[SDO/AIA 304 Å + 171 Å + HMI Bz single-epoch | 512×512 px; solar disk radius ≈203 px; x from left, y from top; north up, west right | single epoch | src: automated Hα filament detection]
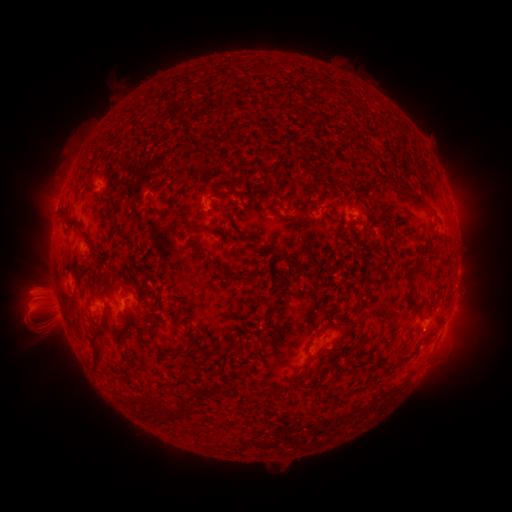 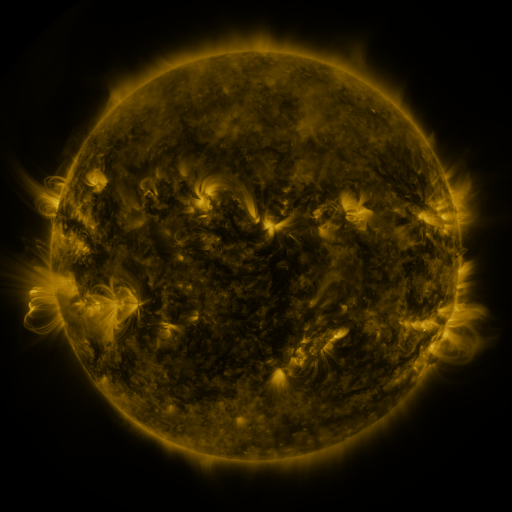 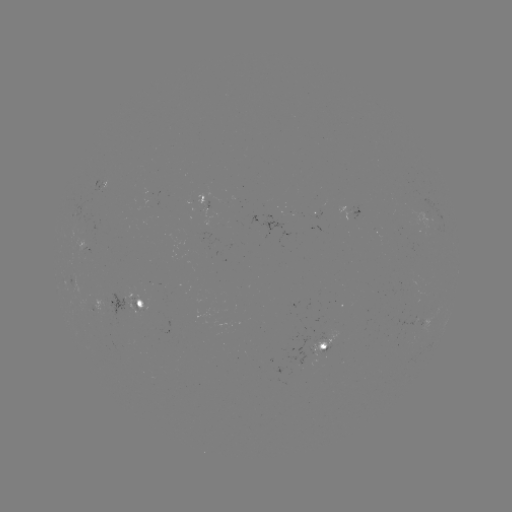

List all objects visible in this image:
filament: (412, 197)
filament: (172, 205)
filament: (153, 211)
filament: (193, 227)
filament: (90, 239)
filament: (409, 276)
filament: (426, 304)
filament: (153, 314)
filament: (190, 344)
filament: (338, 345)
filament: (94, 347)
filament: (317, 386)
